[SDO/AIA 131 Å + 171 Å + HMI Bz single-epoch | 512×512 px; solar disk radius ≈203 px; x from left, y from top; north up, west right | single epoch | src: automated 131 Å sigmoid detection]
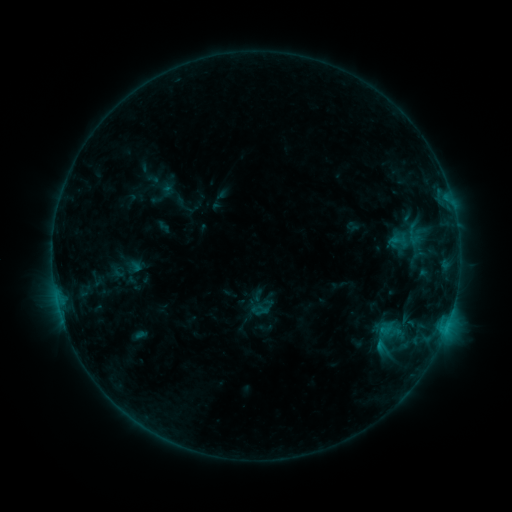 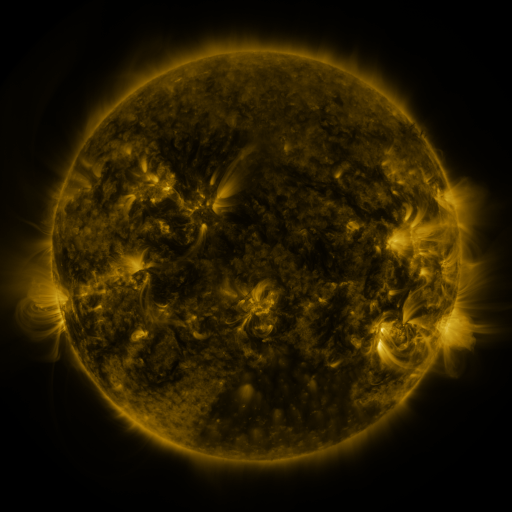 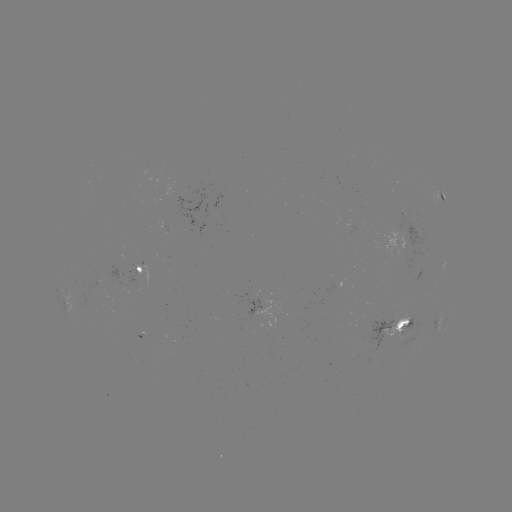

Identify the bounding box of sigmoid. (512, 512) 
[399, 222, 427, 246].